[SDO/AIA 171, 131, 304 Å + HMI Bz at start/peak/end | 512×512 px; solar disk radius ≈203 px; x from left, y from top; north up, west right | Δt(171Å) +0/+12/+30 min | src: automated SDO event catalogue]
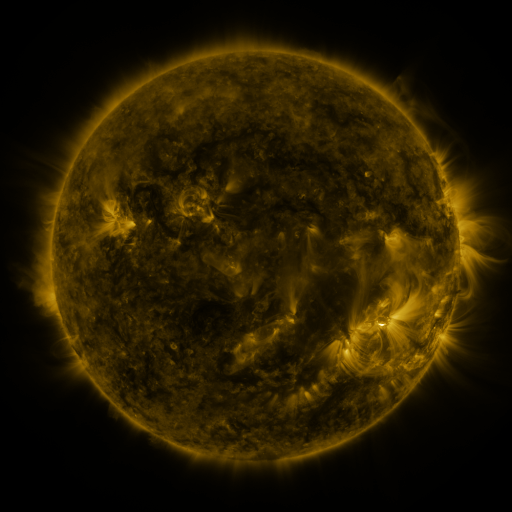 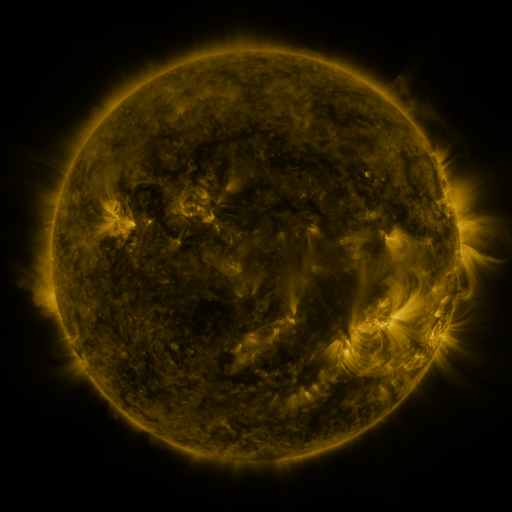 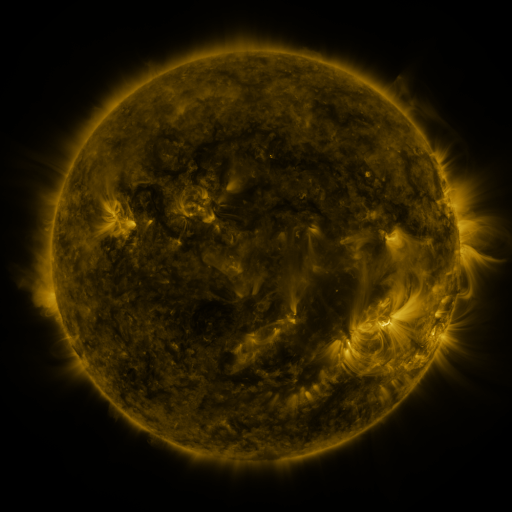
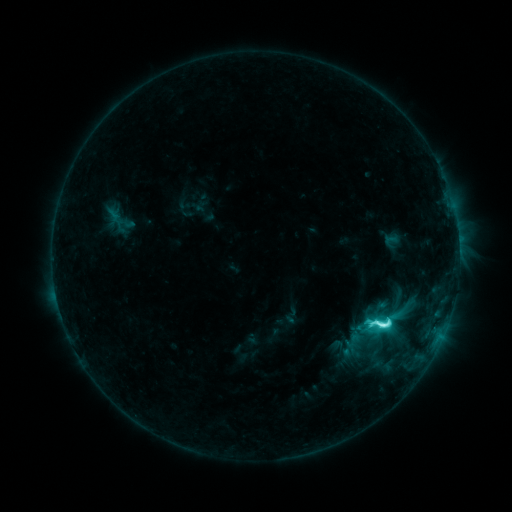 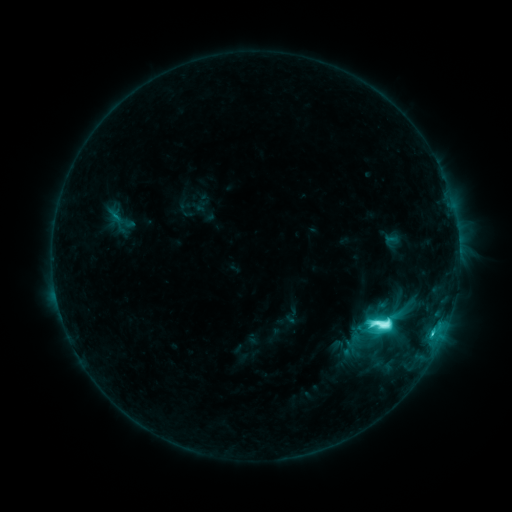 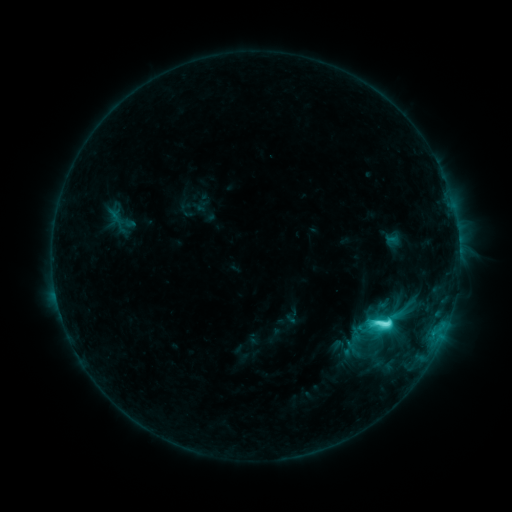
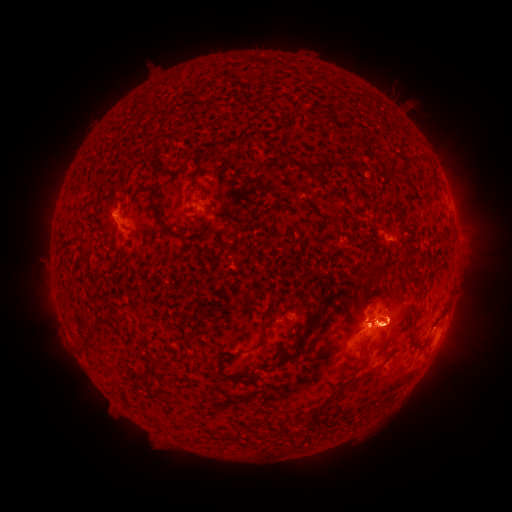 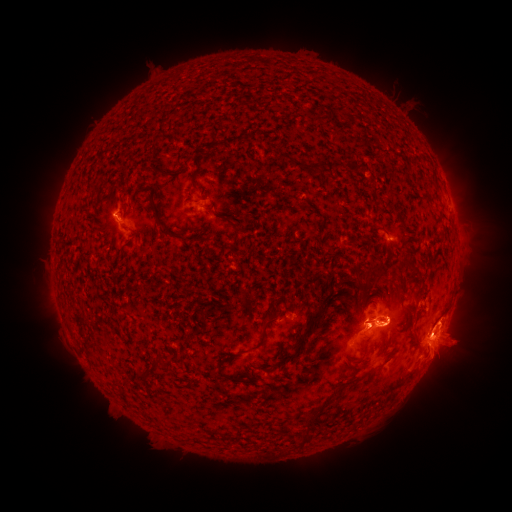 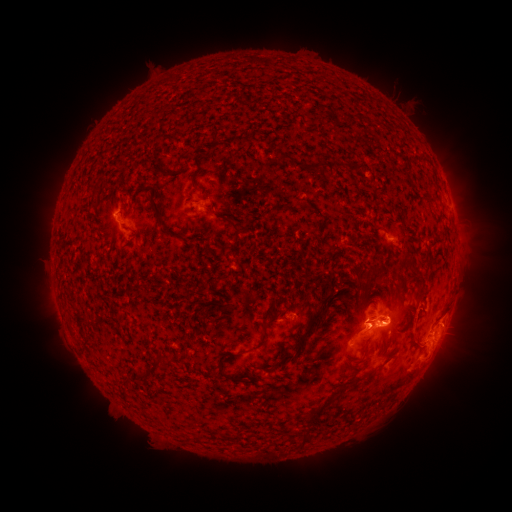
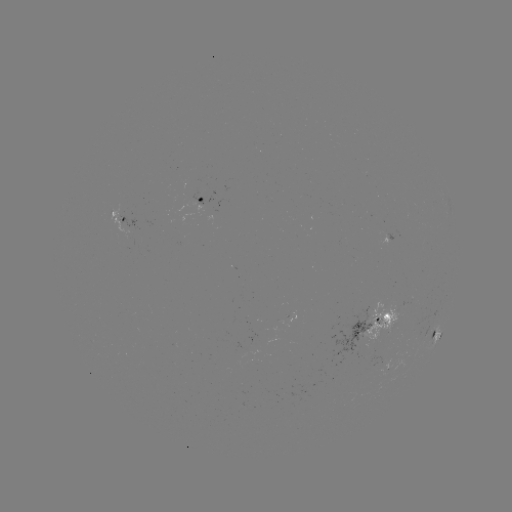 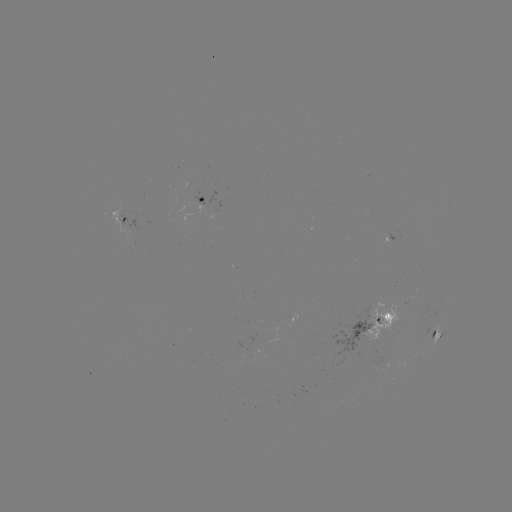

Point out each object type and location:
eruption: (451, 349)
